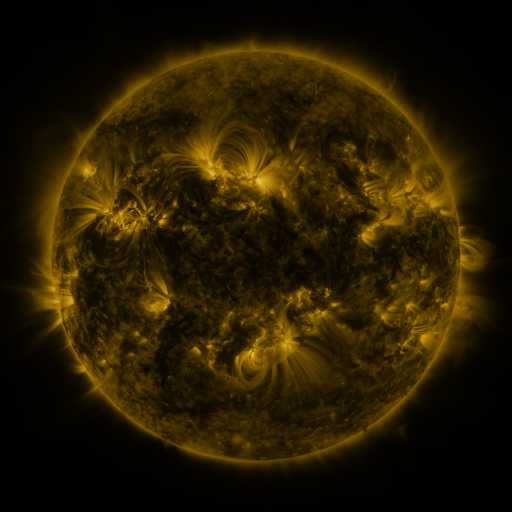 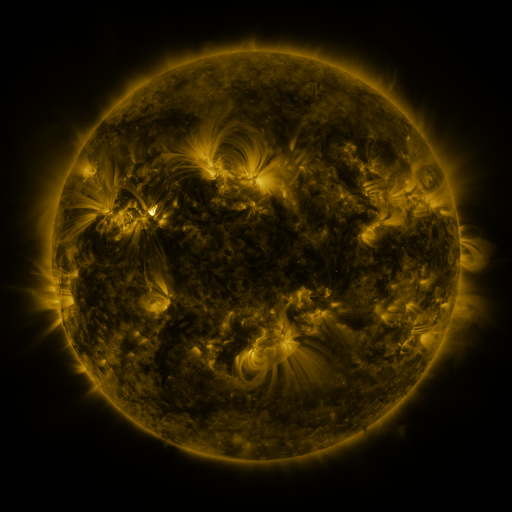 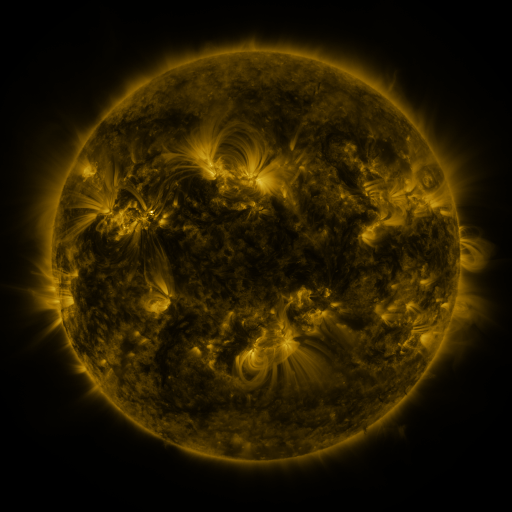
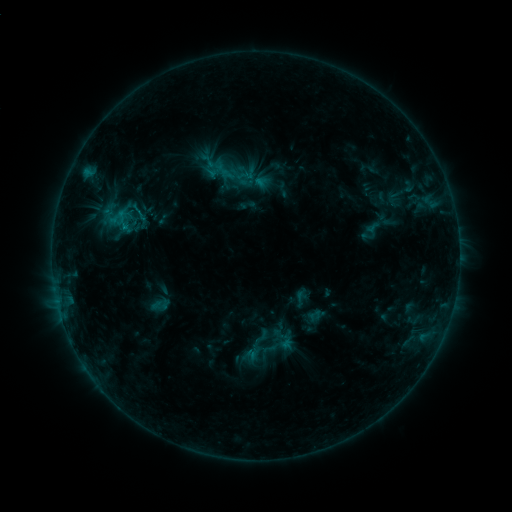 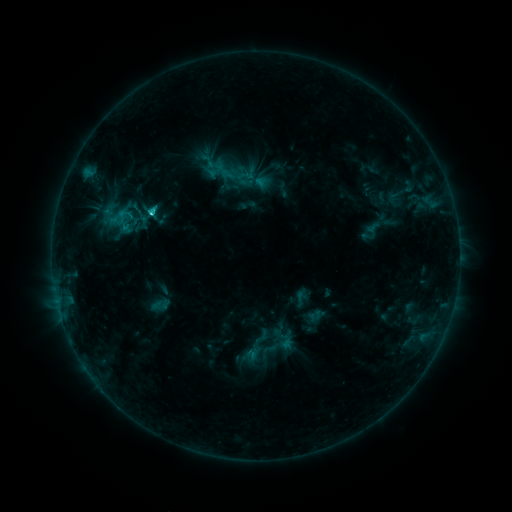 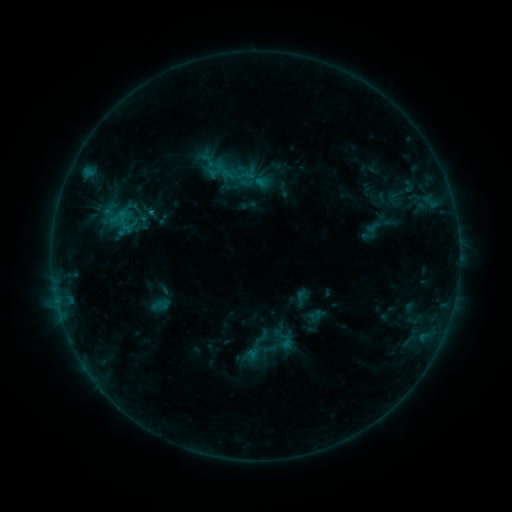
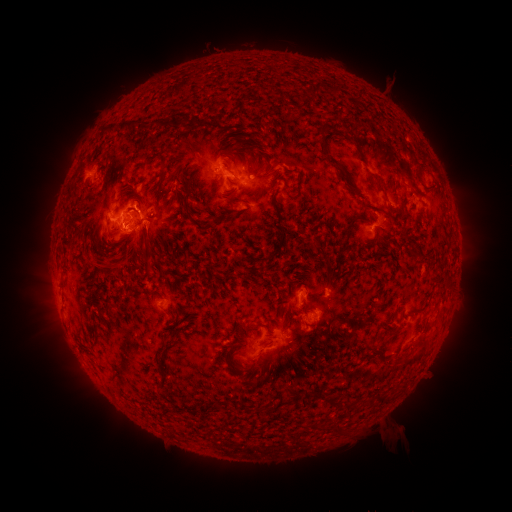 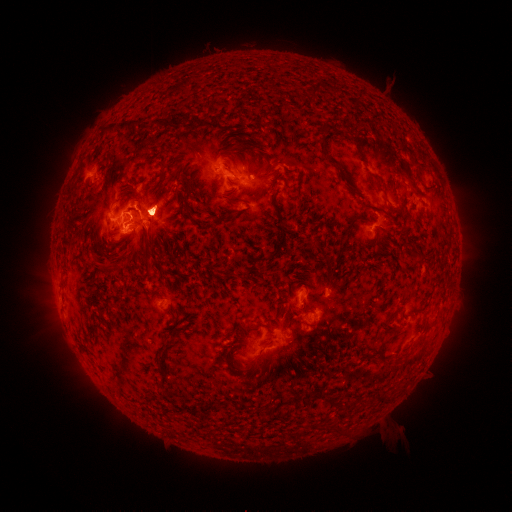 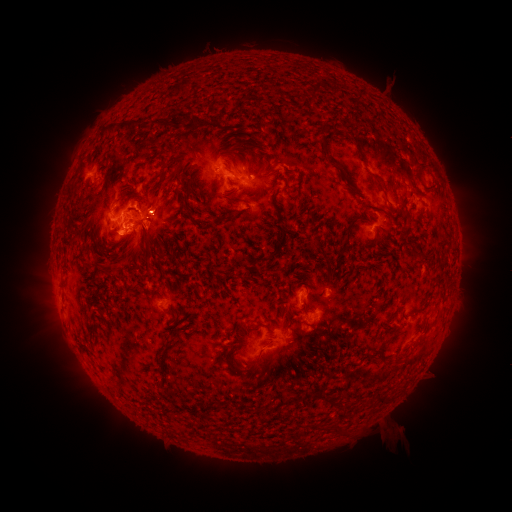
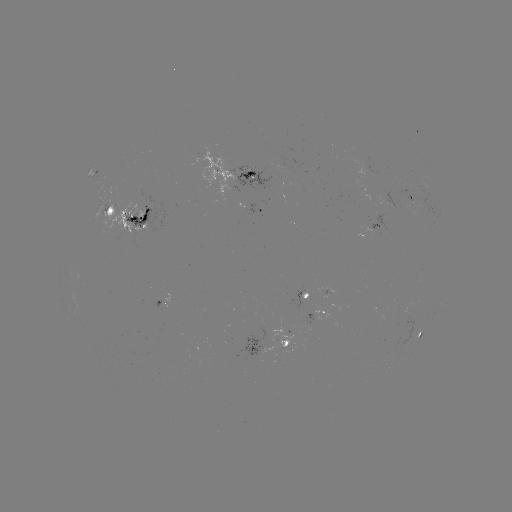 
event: flare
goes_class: C1.5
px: (154, 214)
